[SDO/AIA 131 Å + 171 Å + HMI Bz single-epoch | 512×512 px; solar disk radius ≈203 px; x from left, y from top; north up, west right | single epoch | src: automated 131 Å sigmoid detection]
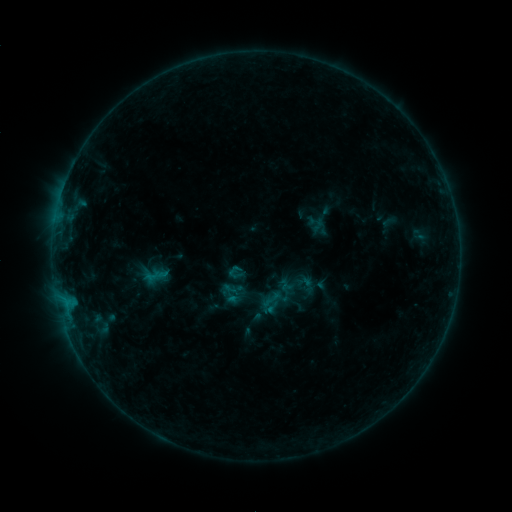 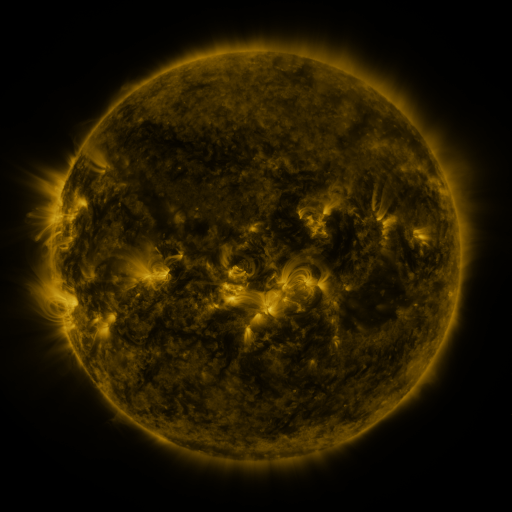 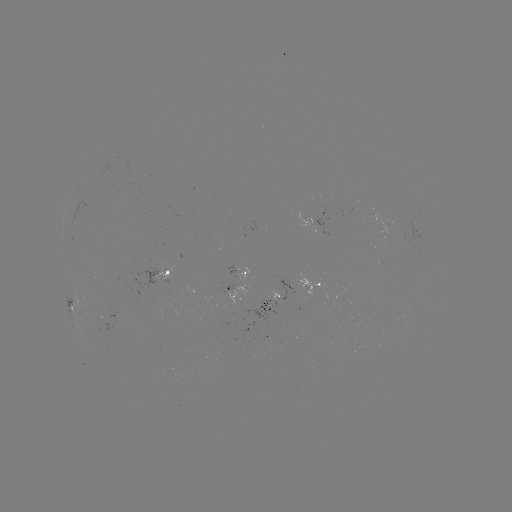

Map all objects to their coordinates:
sigmoid: (316, 224)
sigmoid: (155, 276)
